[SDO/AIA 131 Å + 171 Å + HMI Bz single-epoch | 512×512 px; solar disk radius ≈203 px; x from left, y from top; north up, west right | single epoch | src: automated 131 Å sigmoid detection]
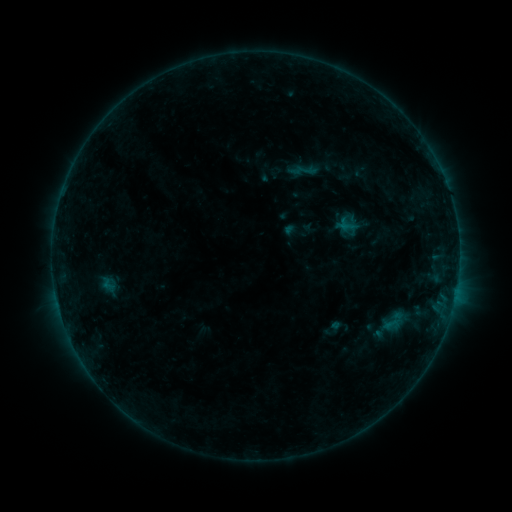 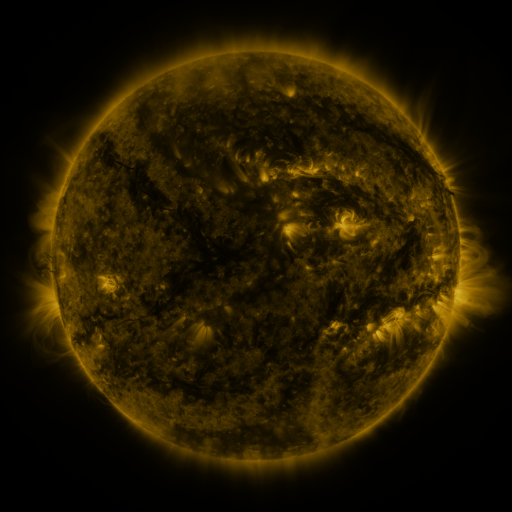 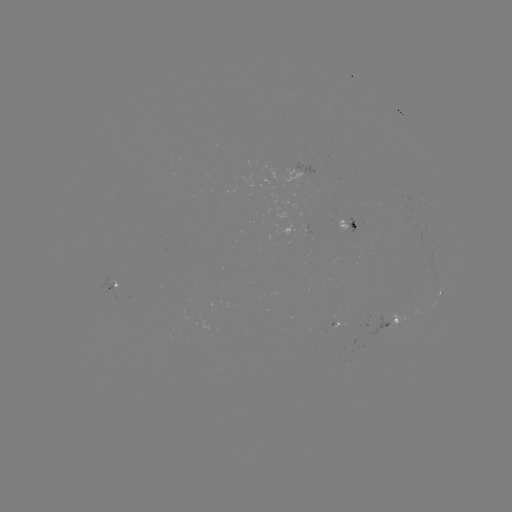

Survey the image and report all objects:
sigmoid: (306, 169)
sigmoid: (107, 284)
